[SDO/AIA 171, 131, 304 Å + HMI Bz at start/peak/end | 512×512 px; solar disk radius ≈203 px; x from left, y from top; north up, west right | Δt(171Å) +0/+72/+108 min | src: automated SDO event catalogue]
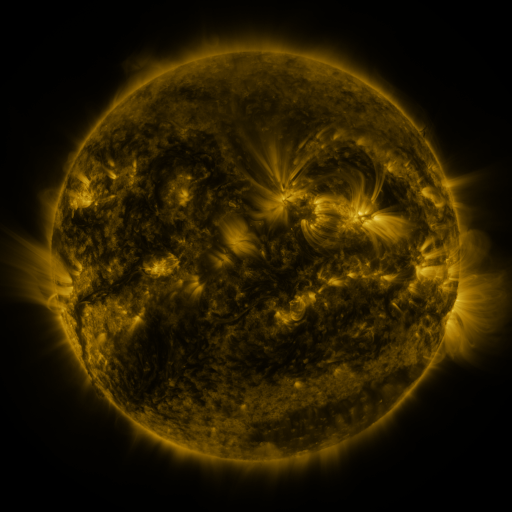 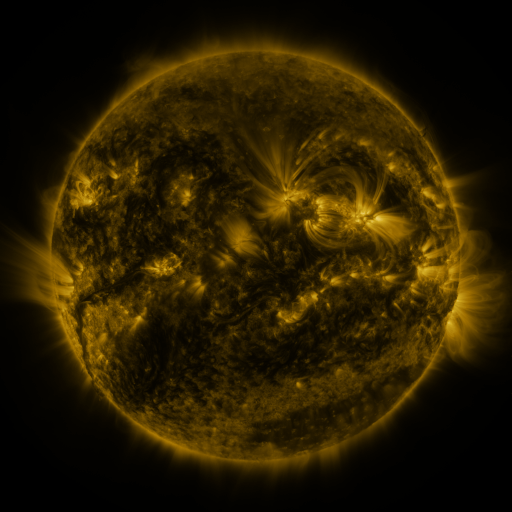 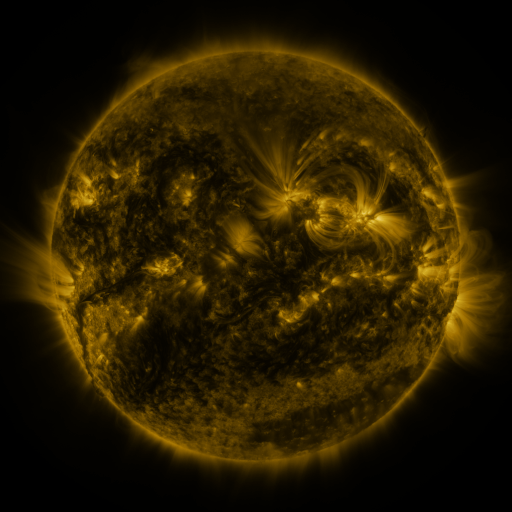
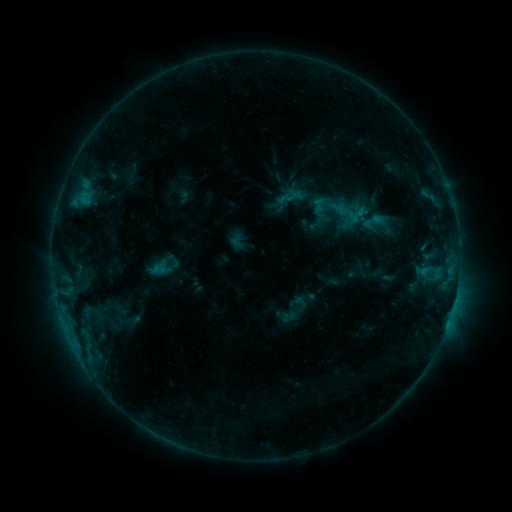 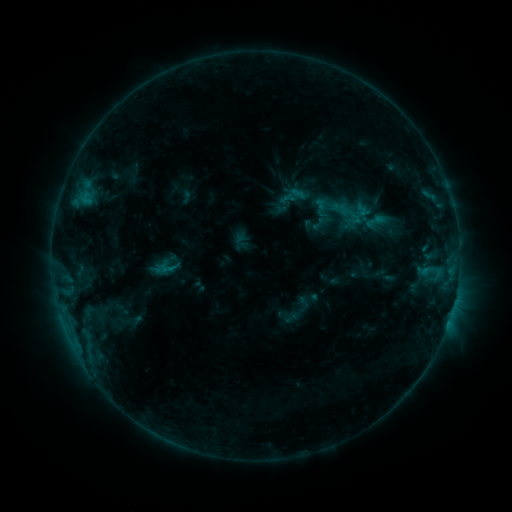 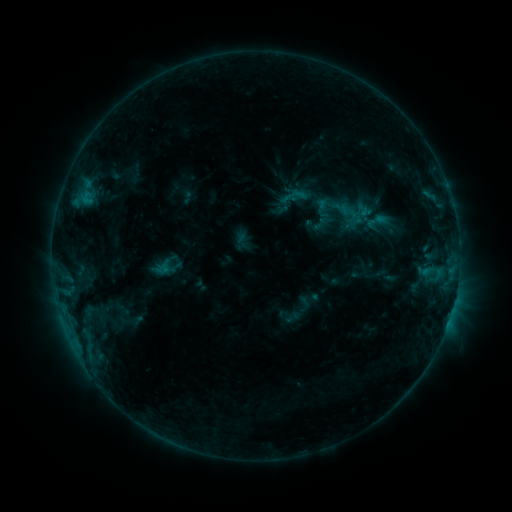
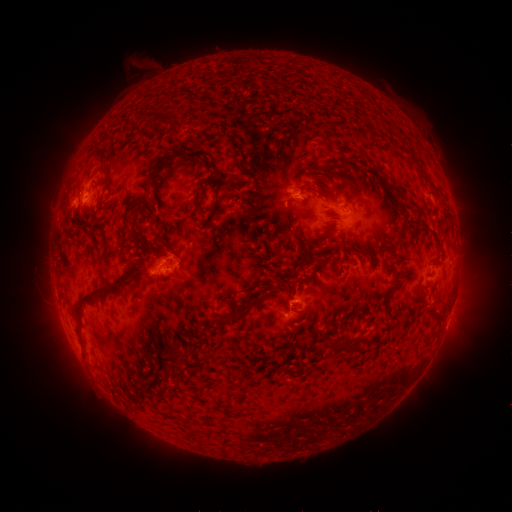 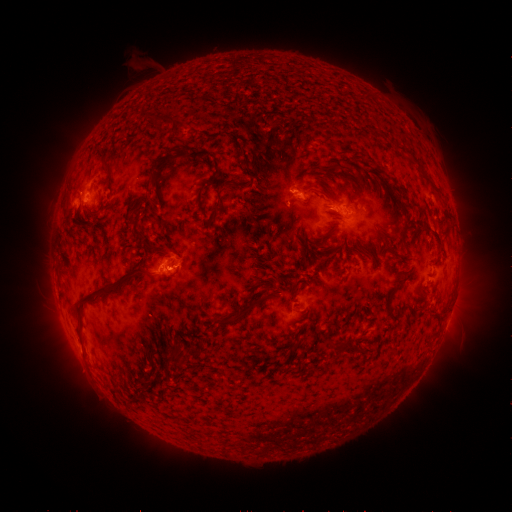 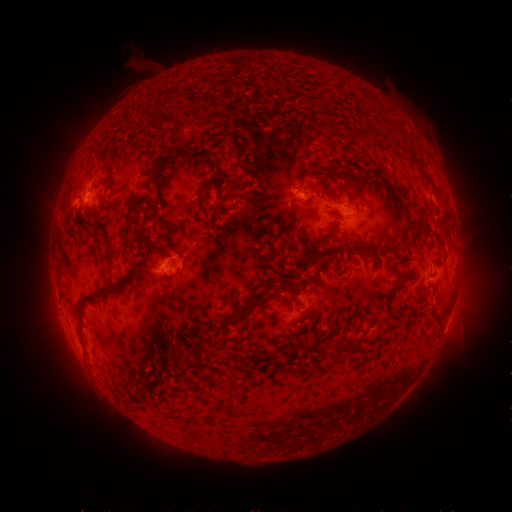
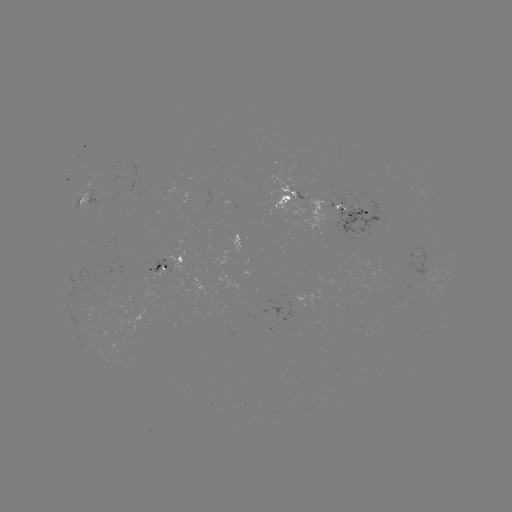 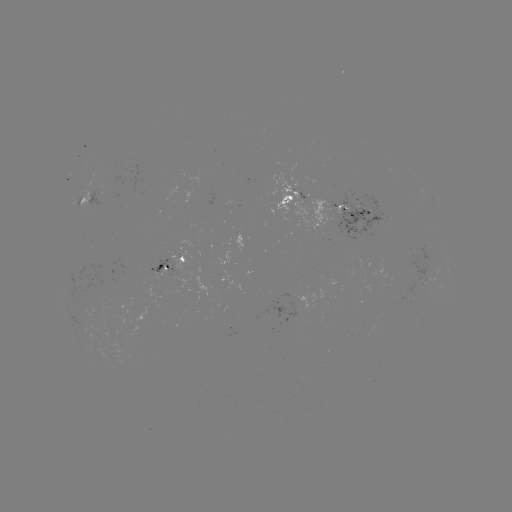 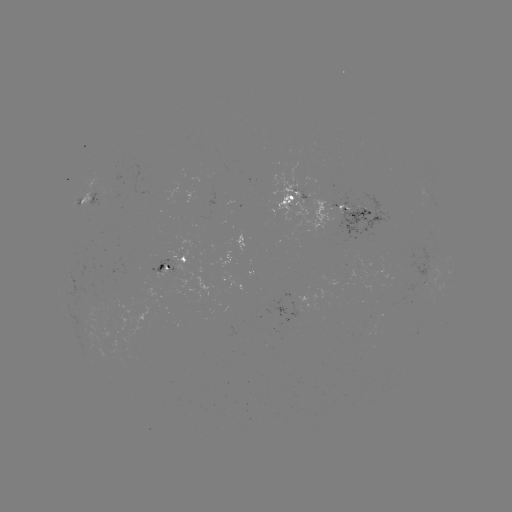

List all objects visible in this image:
emerging-flux region: (324, 278)
